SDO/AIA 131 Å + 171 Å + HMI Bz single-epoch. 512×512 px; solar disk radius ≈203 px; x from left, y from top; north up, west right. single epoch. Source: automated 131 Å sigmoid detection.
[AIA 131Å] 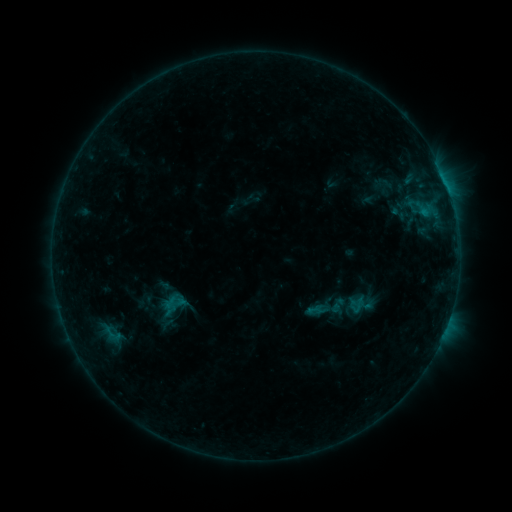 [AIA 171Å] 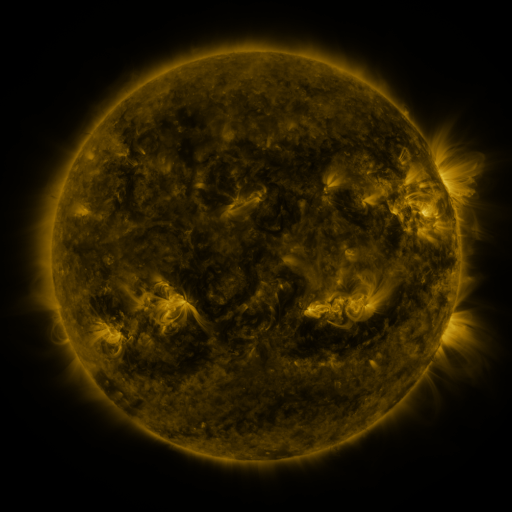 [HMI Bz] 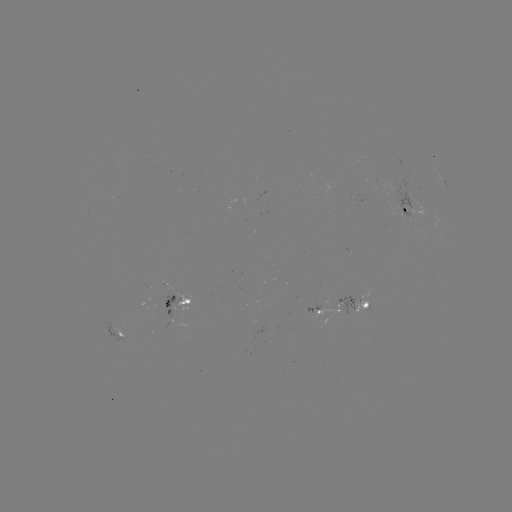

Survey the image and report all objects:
sigmoid: [348, 296, 366, 315]
sigmoid: [96, 323, 129, 344]
